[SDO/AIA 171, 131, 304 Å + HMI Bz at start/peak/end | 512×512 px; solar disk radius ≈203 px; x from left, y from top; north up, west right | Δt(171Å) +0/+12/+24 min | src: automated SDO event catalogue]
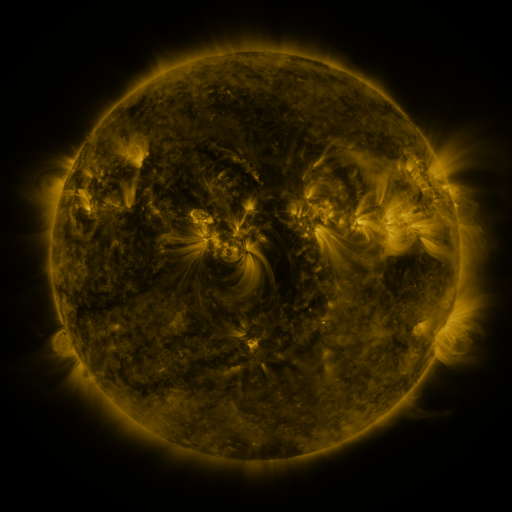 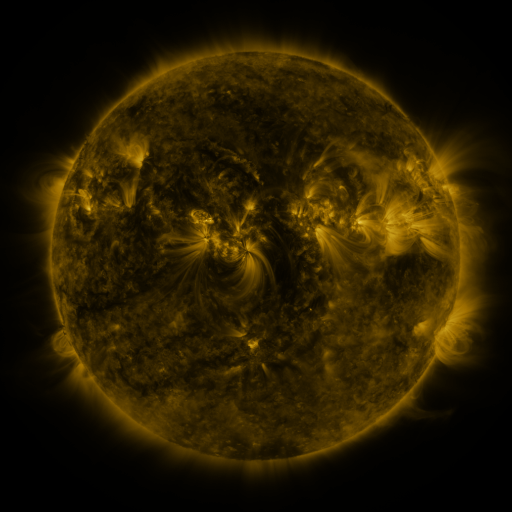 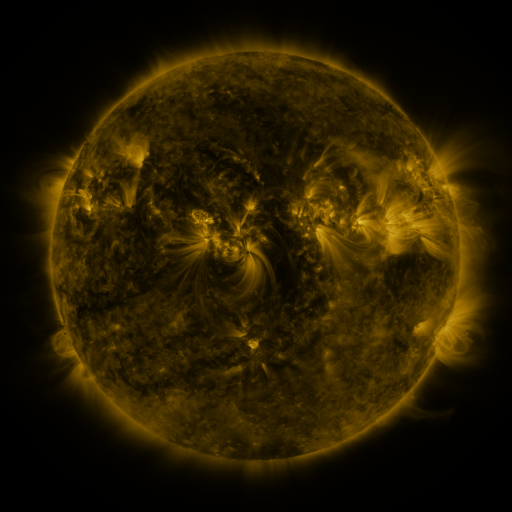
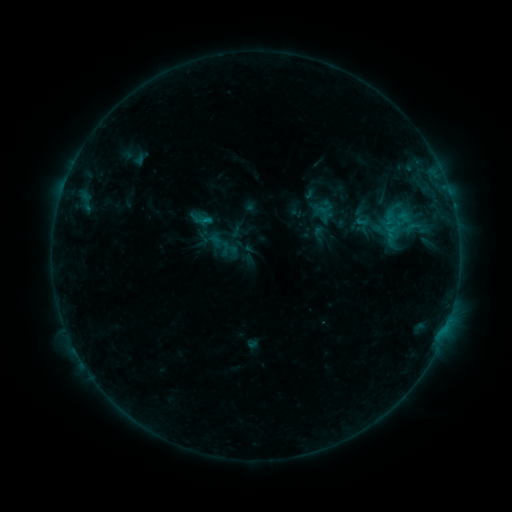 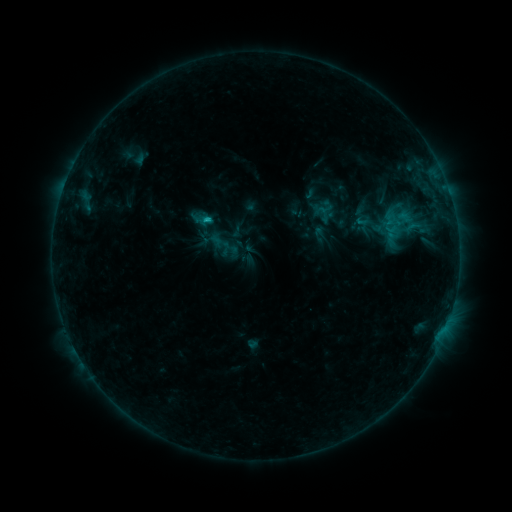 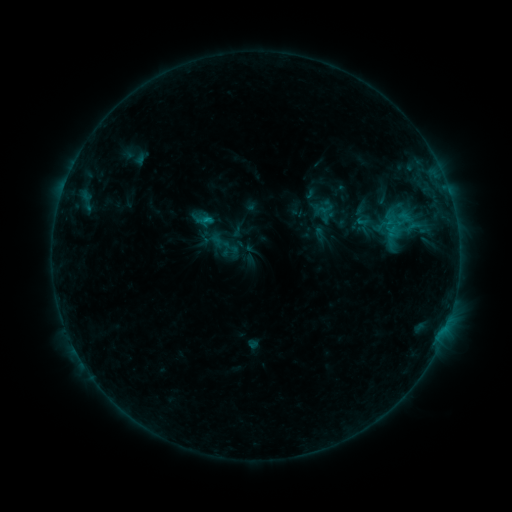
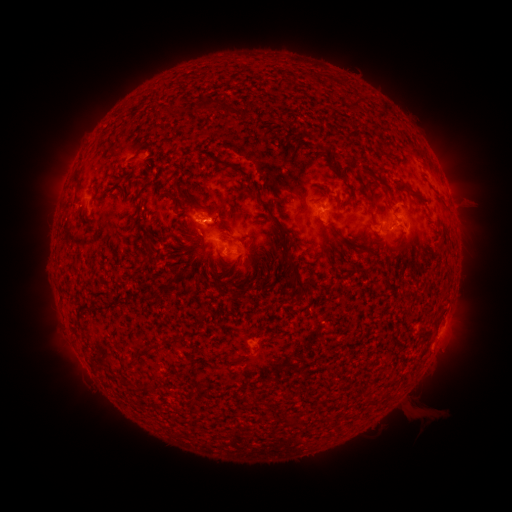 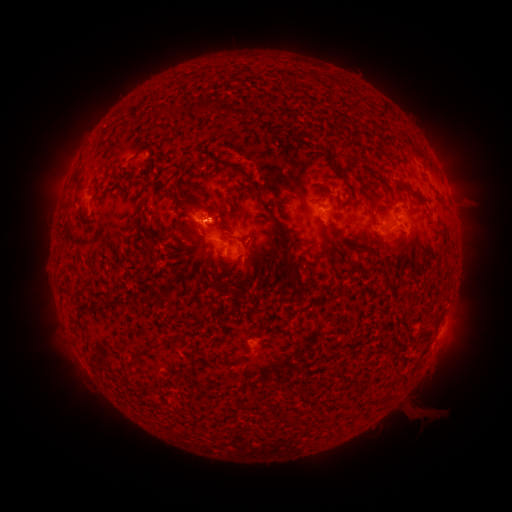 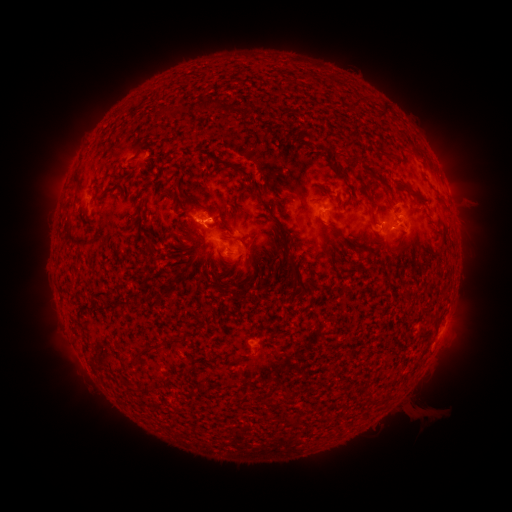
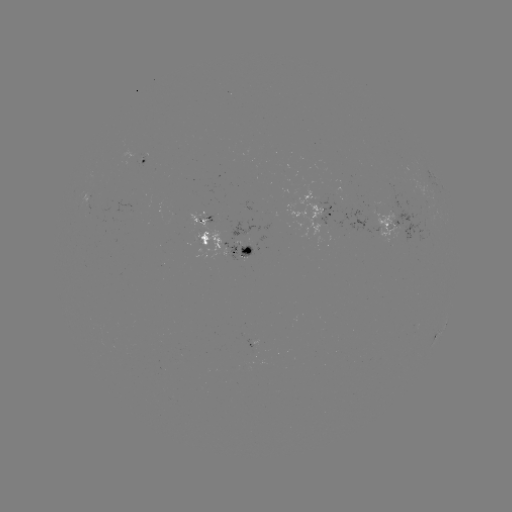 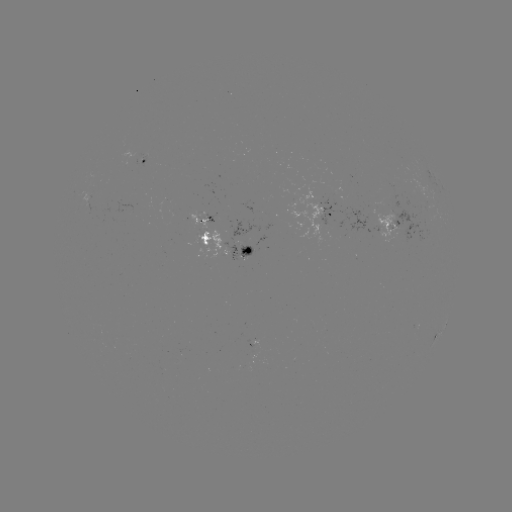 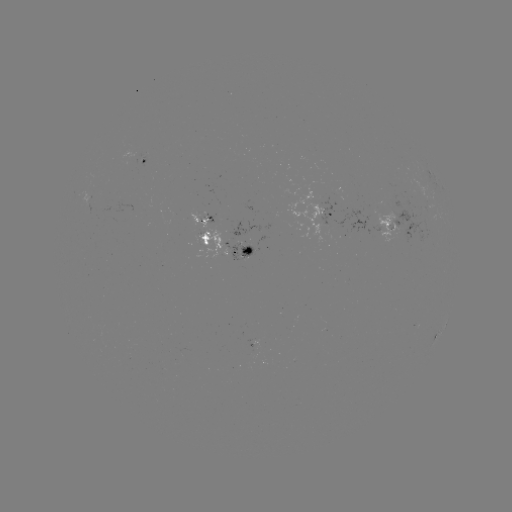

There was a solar flare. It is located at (208, 219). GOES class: B8.8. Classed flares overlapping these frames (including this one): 1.